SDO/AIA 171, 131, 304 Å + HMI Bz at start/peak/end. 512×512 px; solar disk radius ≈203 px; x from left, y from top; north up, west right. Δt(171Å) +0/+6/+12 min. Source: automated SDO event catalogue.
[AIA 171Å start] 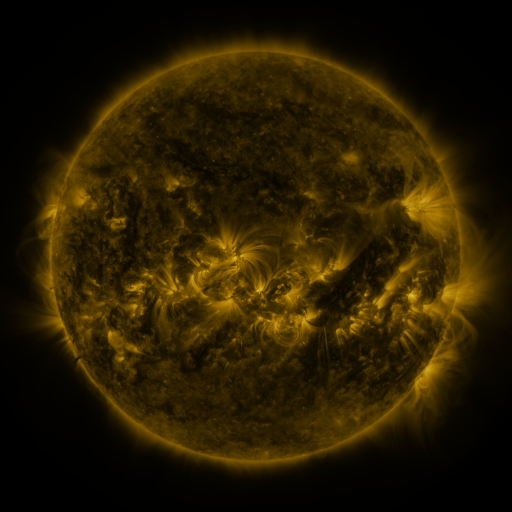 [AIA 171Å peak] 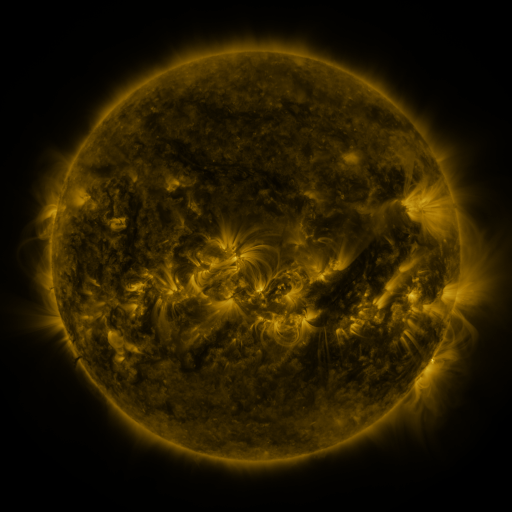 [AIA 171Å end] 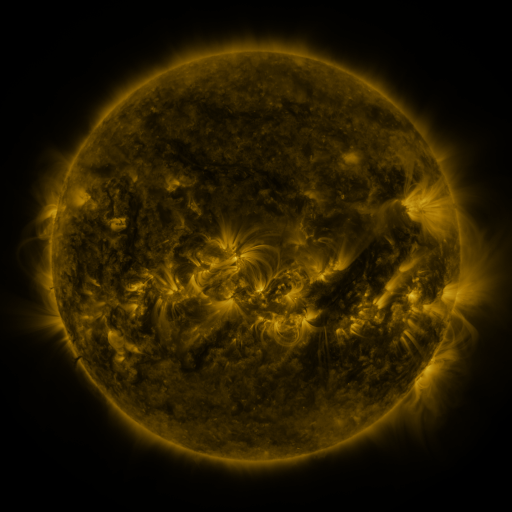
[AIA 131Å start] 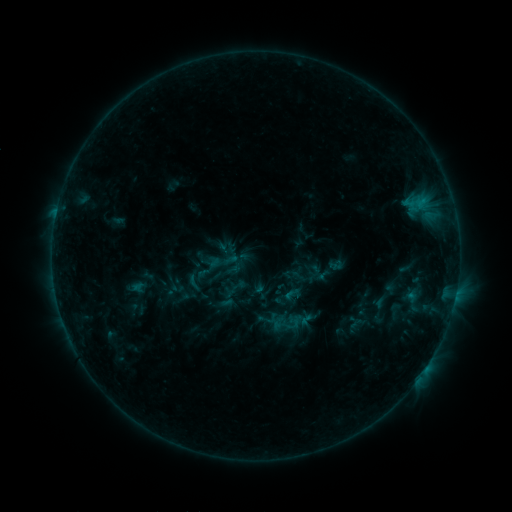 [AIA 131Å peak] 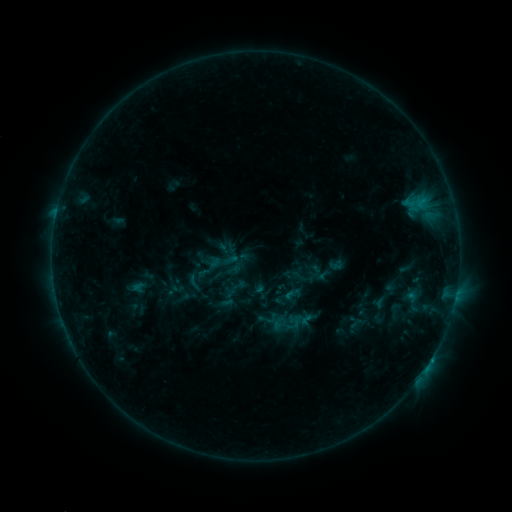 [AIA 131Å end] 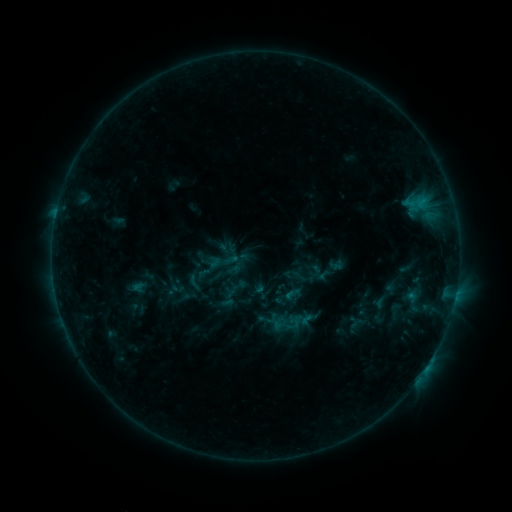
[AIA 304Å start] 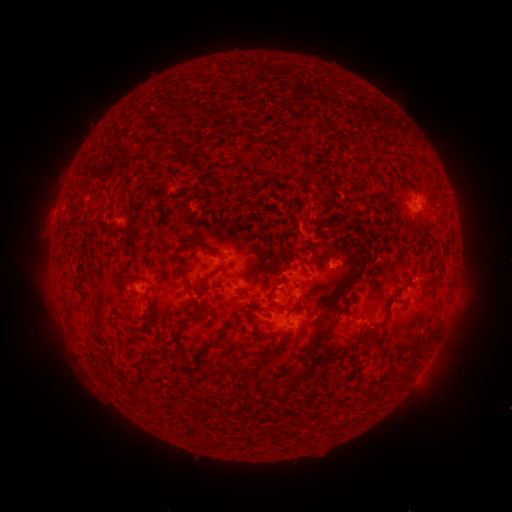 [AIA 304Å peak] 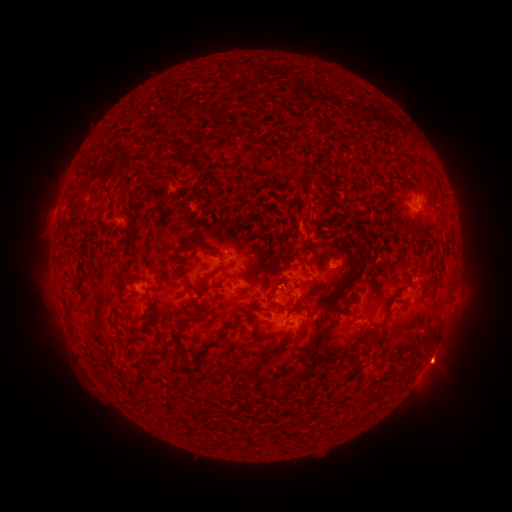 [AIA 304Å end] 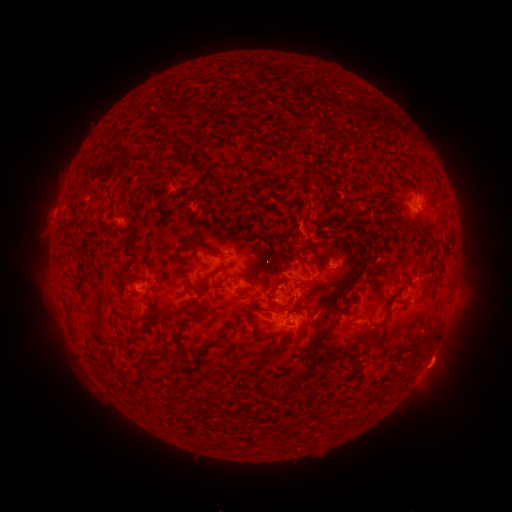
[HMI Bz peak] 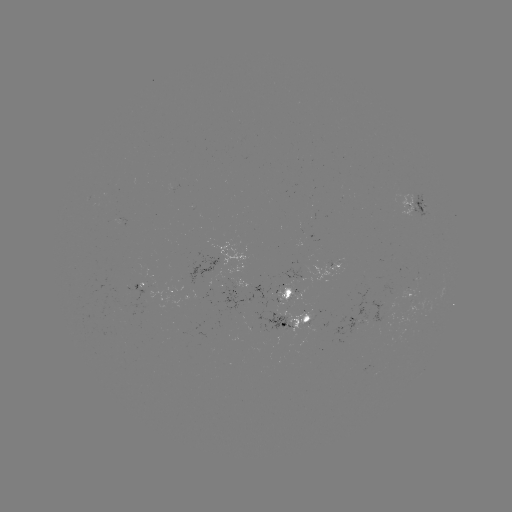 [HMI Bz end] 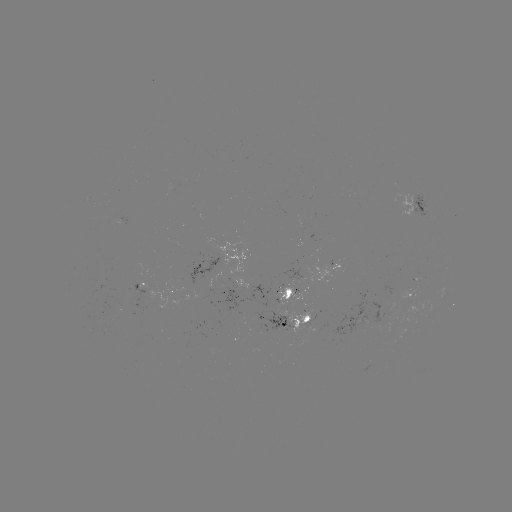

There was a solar eruption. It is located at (437, 366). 